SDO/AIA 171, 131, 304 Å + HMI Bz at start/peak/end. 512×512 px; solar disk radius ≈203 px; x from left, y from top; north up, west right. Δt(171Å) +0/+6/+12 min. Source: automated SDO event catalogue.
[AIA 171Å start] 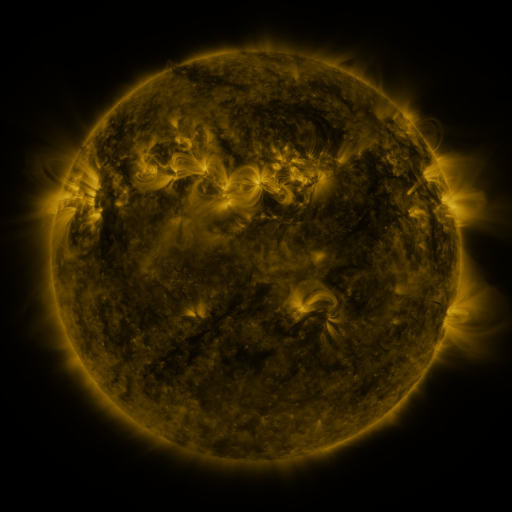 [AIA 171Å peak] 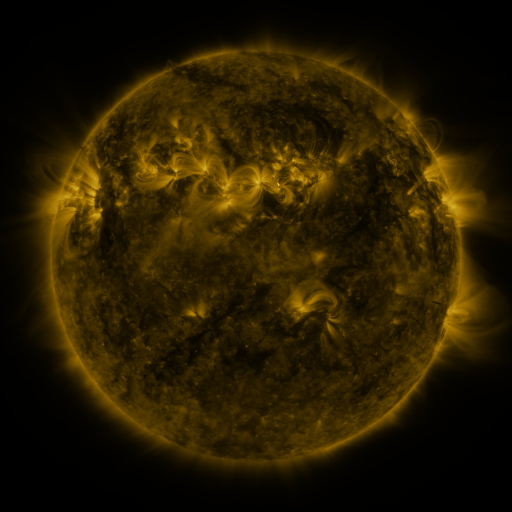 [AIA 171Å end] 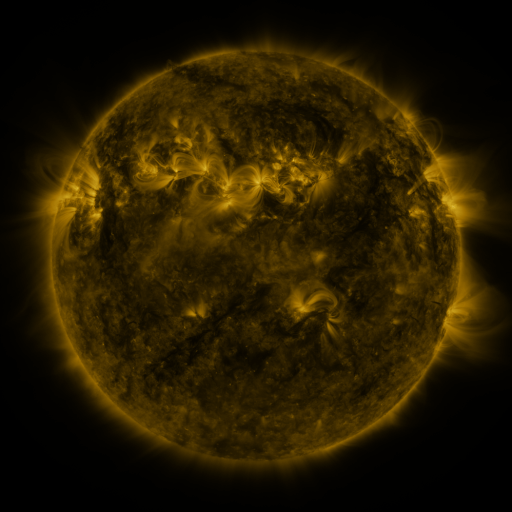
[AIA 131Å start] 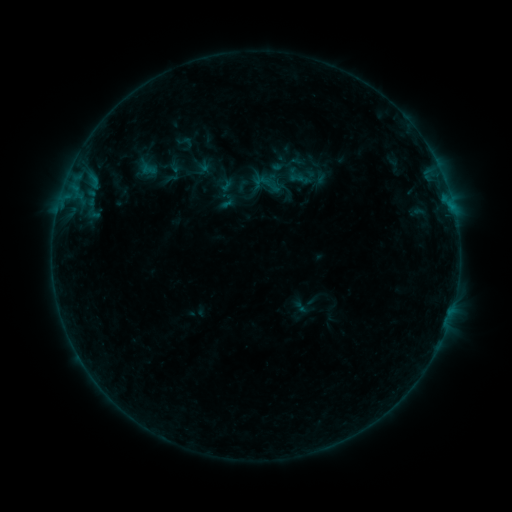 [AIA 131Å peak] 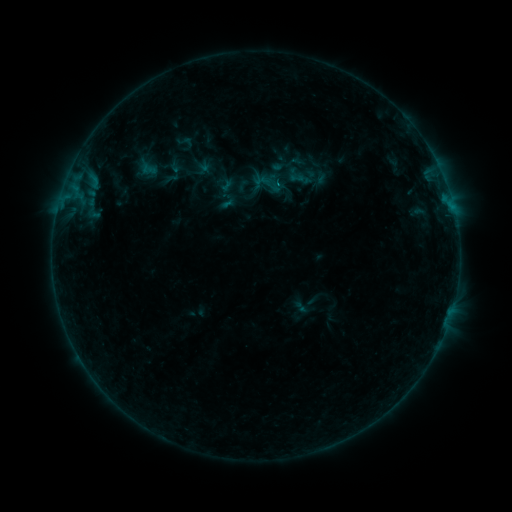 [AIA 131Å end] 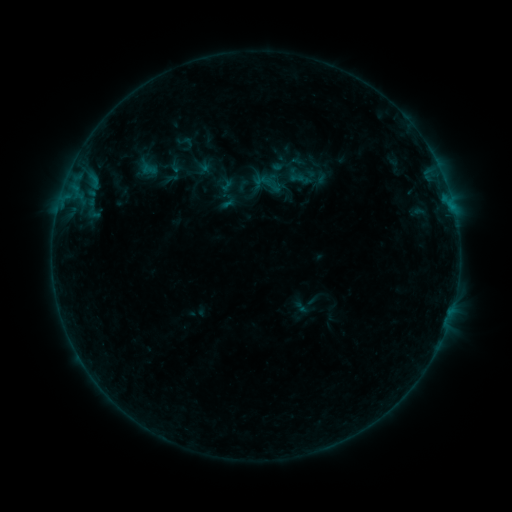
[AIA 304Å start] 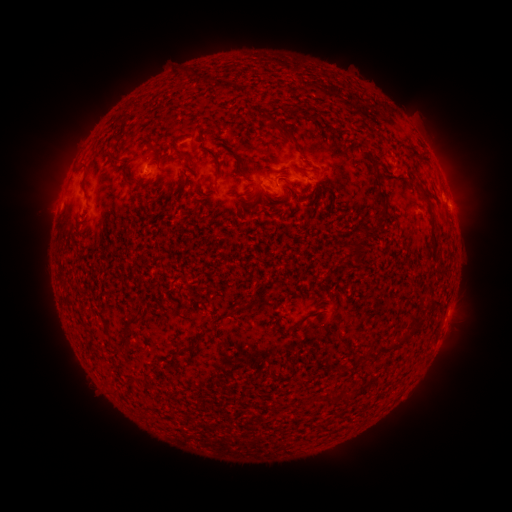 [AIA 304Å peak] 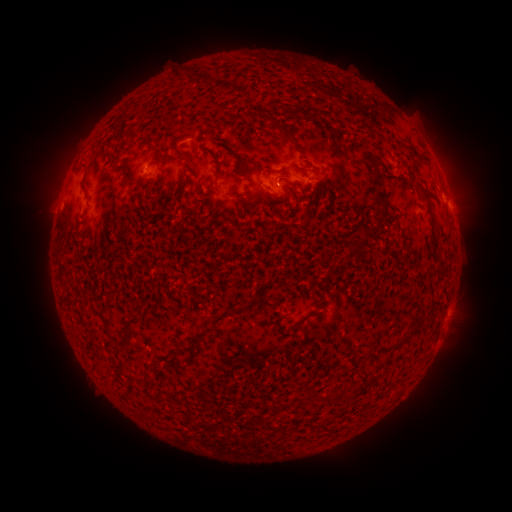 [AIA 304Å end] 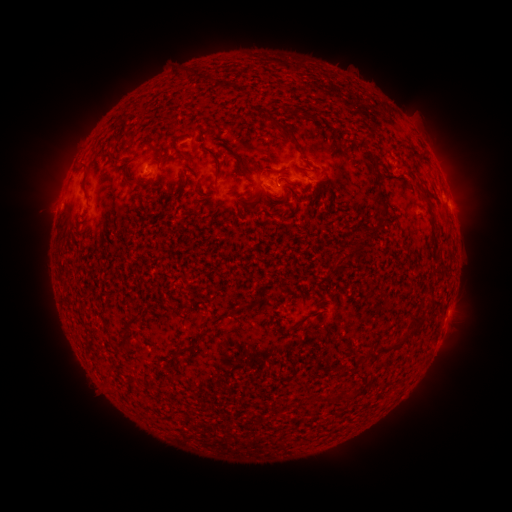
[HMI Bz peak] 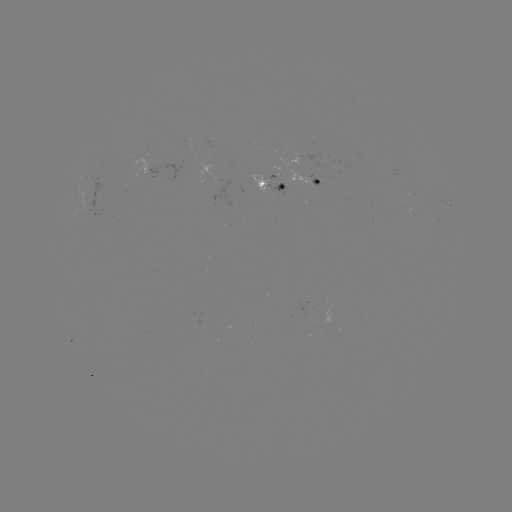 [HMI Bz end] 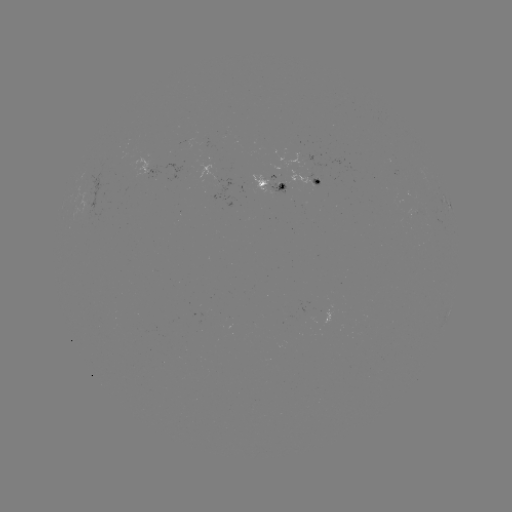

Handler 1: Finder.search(B2.9 flare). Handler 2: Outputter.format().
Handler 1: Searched B2.9 flare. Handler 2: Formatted (276, 187).